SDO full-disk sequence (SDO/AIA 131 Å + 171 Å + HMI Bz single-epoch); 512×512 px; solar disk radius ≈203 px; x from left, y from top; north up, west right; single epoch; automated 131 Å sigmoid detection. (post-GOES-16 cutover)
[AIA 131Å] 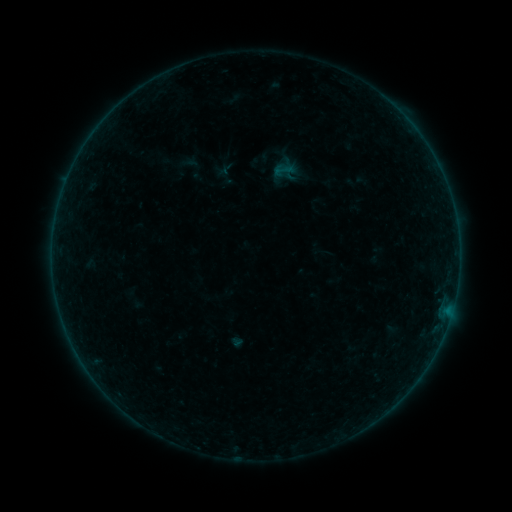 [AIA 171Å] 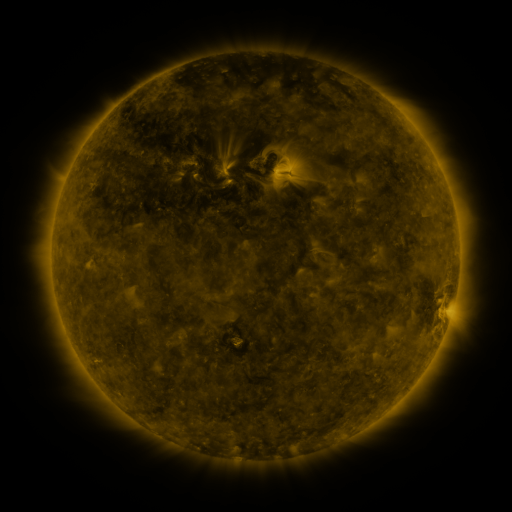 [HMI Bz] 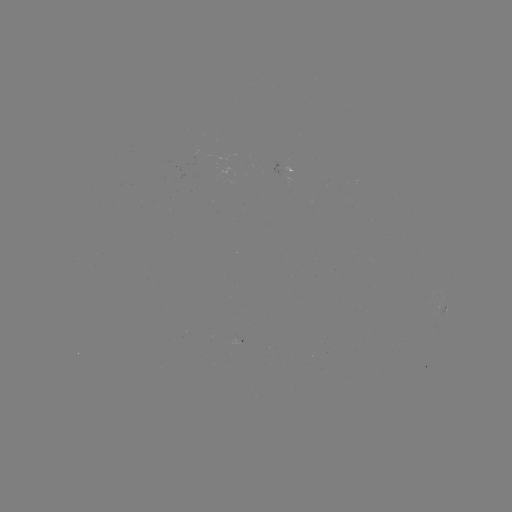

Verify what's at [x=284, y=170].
sigmoid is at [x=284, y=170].